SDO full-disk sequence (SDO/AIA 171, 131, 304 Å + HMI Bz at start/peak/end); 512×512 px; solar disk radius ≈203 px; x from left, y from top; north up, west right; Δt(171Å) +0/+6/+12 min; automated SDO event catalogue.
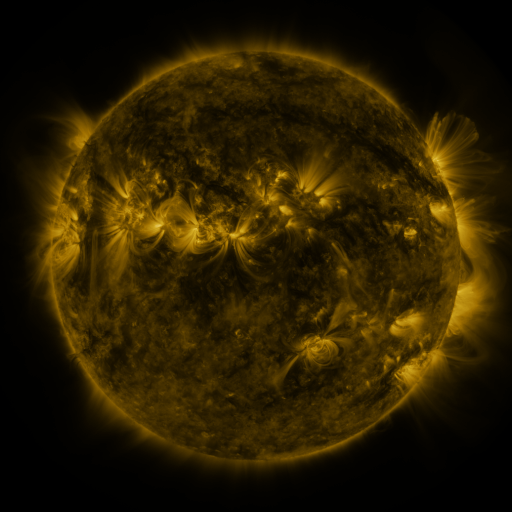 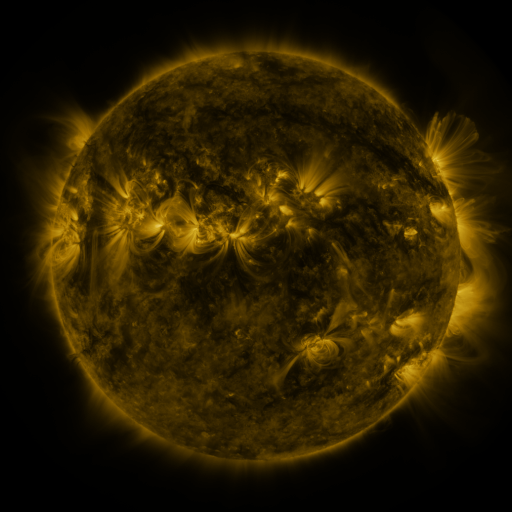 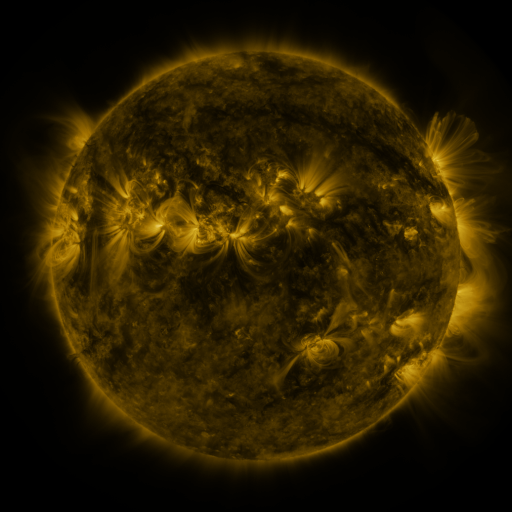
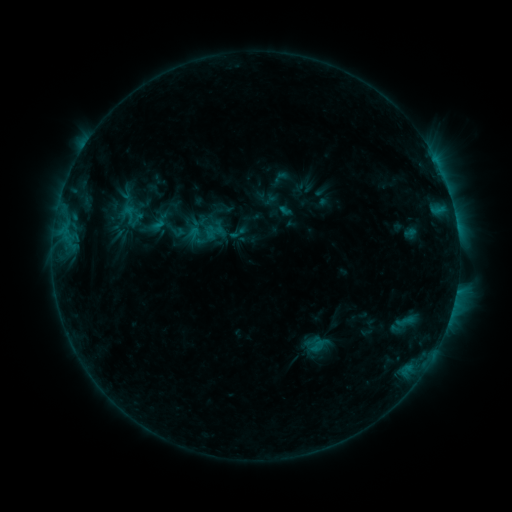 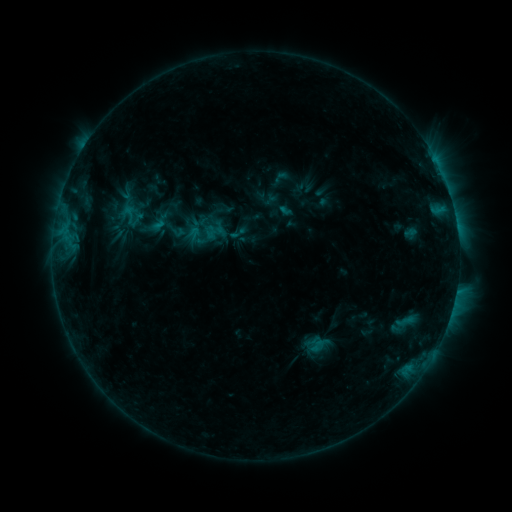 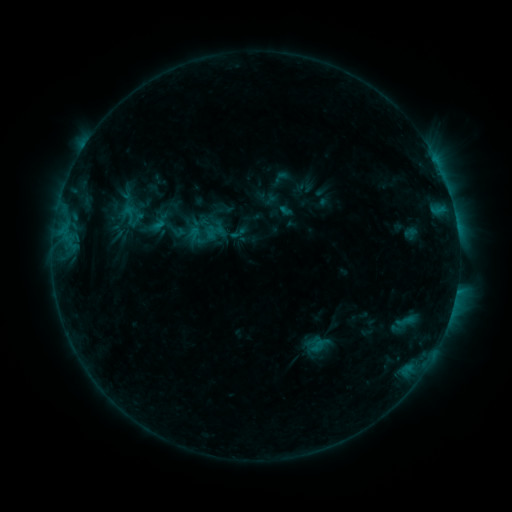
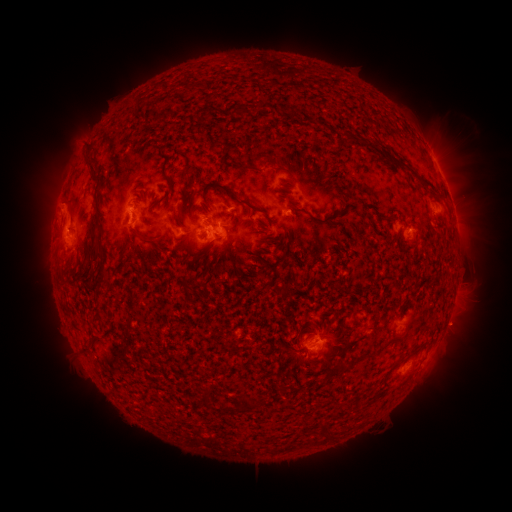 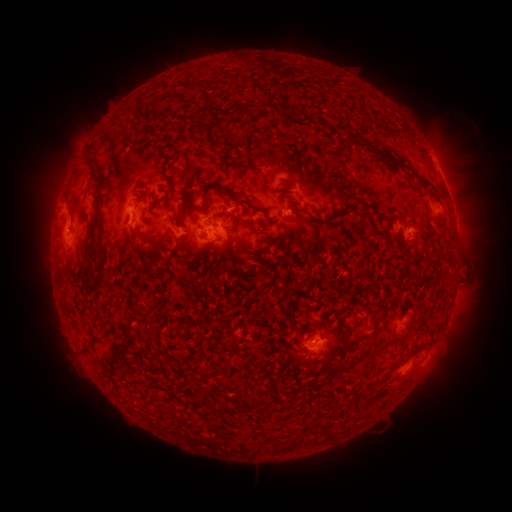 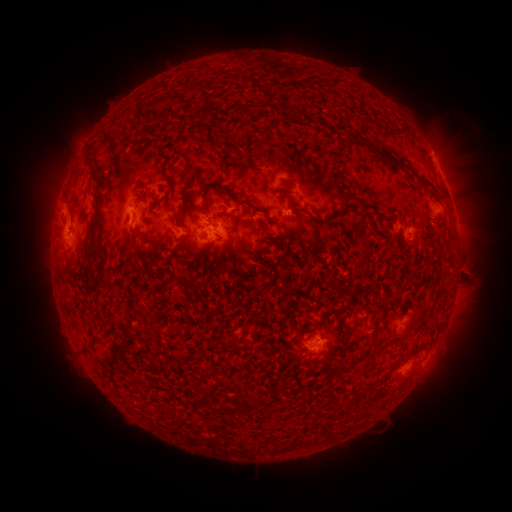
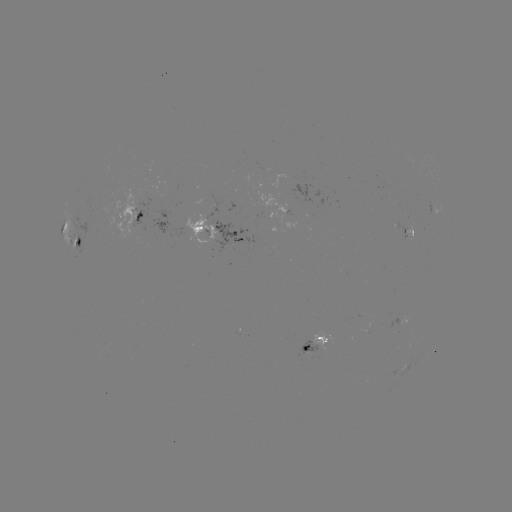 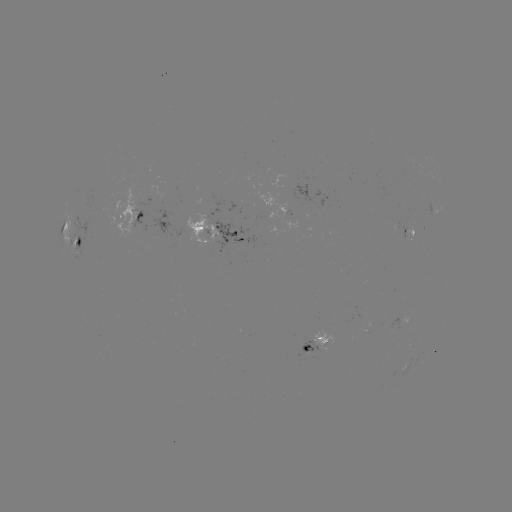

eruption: [443, 245, 497, 294]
